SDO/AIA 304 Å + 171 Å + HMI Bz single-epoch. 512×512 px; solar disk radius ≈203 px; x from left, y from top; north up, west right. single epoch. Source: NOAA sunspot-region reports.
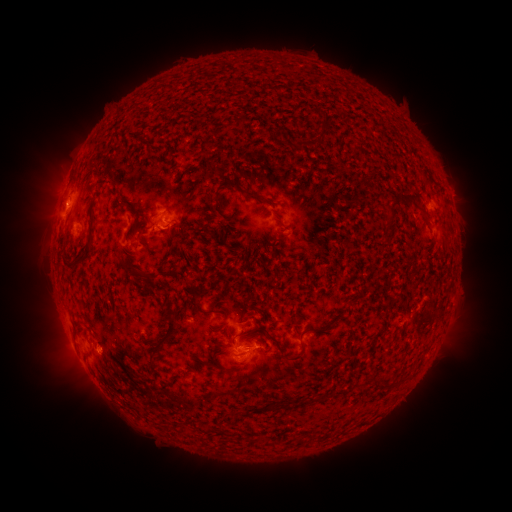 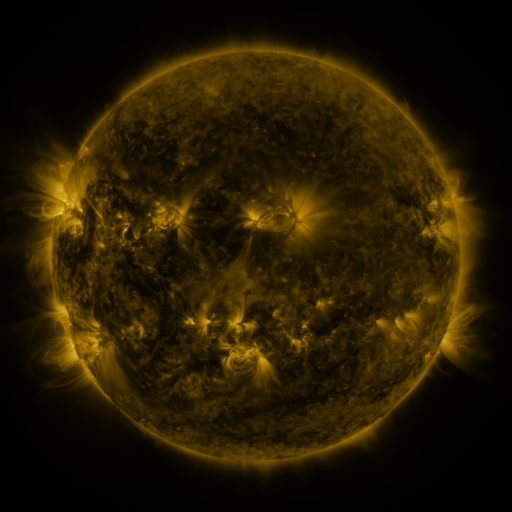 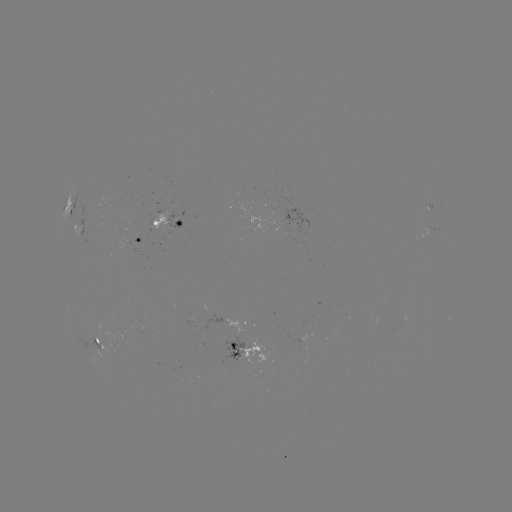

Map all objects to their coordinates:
spotted active region: (69, 206)
spotted active region: (165, 223)
spotted active region: (80, 229)
spotted active region: (136, 247)
spotted active region: (252, 319)
spotted active region: (96, 334)
spotted active region: (249, 352)
